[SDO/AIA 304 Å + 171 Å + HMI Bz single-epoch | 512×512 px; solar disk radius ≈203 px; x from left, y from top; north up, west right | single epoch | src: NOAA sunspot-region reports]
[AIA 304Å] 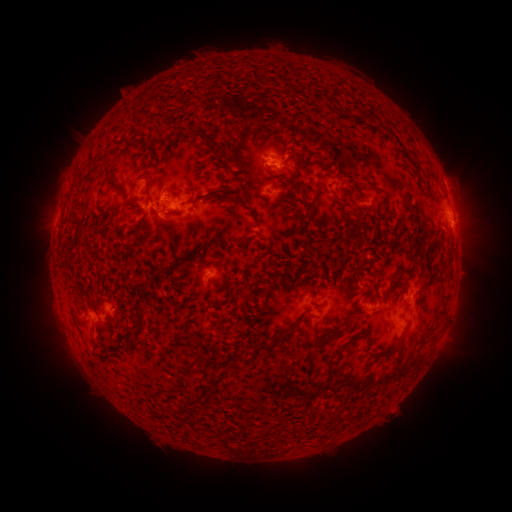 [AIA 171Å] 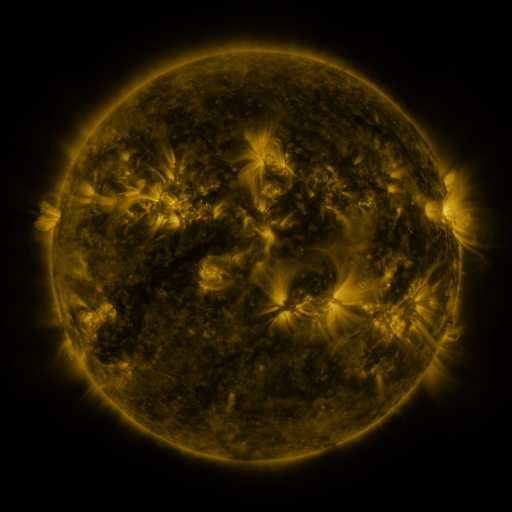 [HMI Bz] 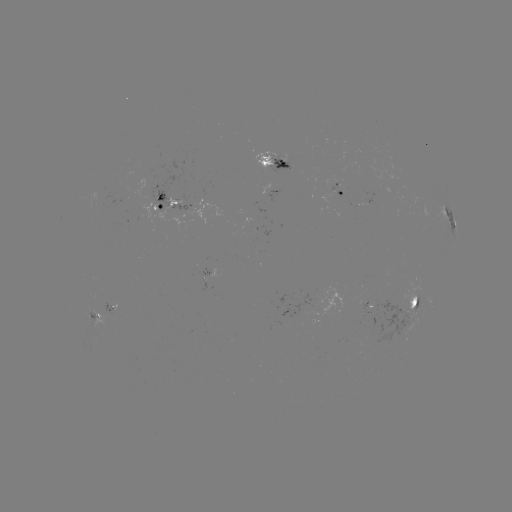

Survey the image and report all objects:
spotted active region: (275, 163)
spotted active region: (343, 195)
spotted active region: (167, 201)
spotted active region: (449, 218)
spotted active region: (217, 274)
spotted active region: (415, 303)
